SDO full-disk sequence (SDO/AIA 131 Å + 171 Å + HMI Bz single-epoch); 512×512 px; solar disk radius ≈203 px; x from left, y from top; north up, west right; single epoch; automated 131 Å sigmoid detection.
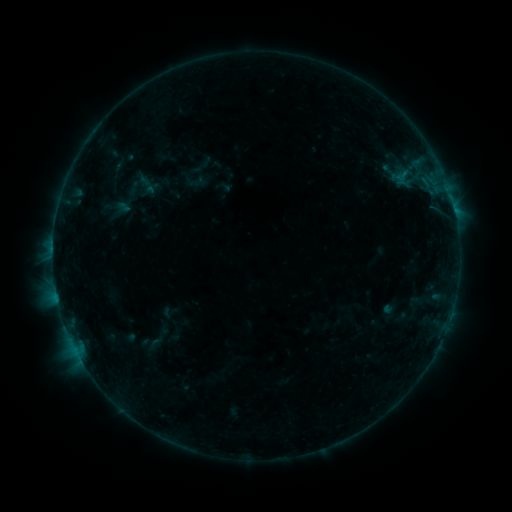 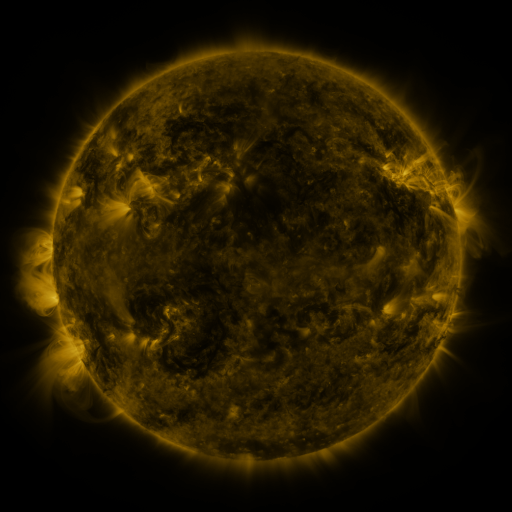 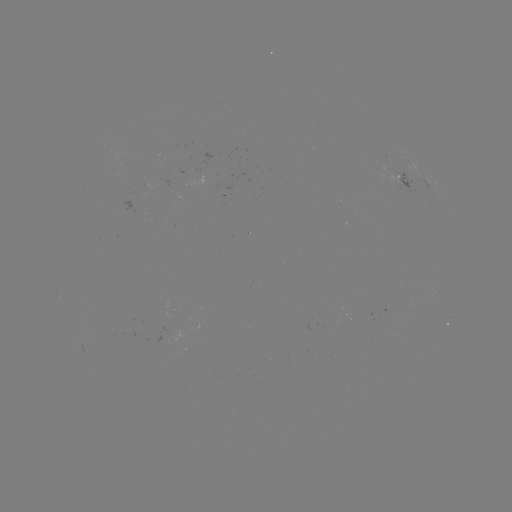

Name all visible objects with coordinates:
sigmoid: (134, 172, 157, 195)
